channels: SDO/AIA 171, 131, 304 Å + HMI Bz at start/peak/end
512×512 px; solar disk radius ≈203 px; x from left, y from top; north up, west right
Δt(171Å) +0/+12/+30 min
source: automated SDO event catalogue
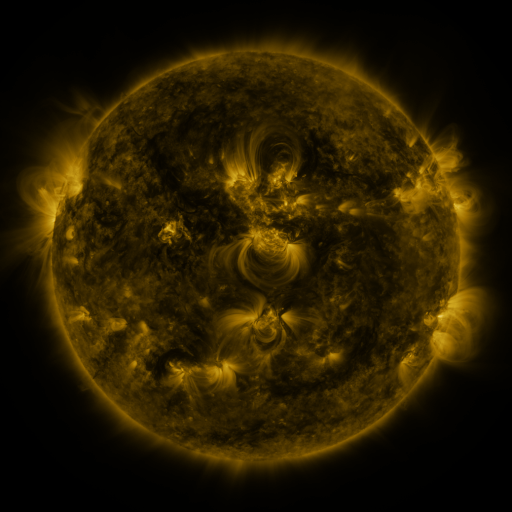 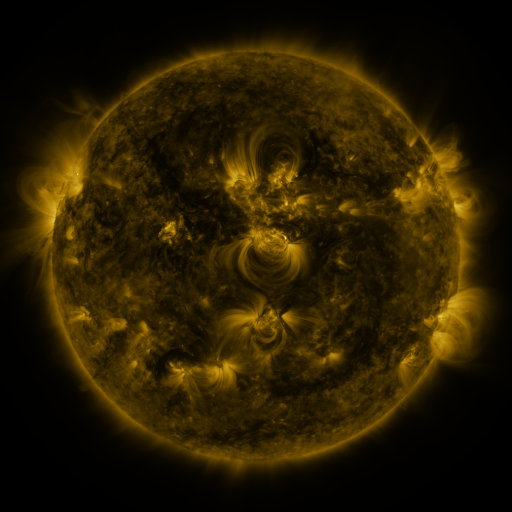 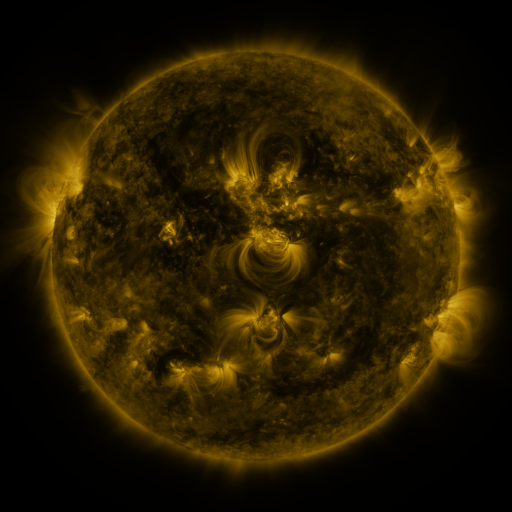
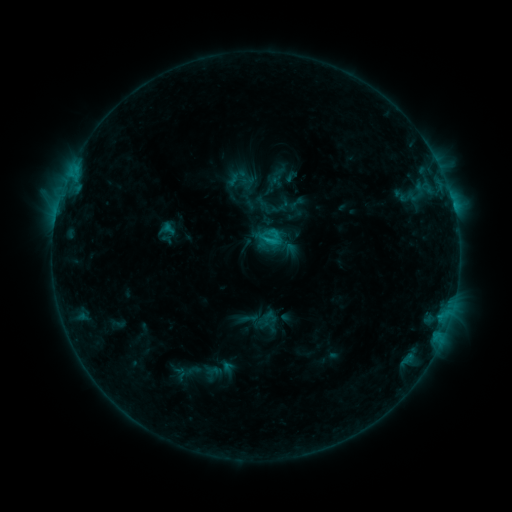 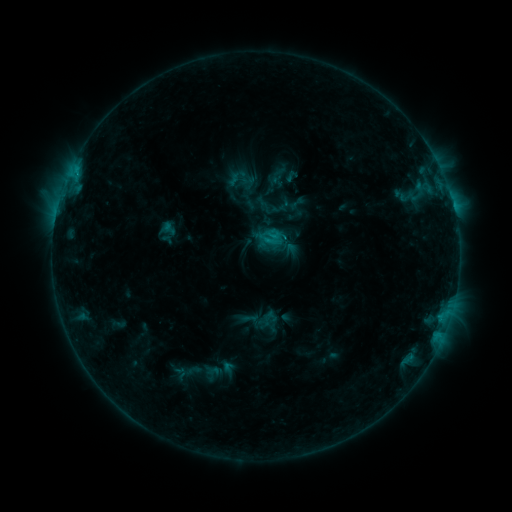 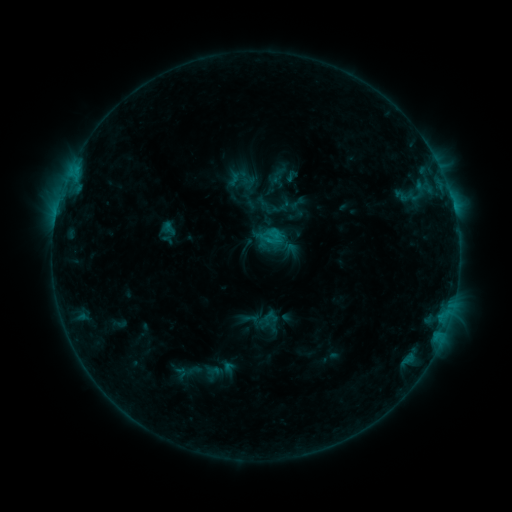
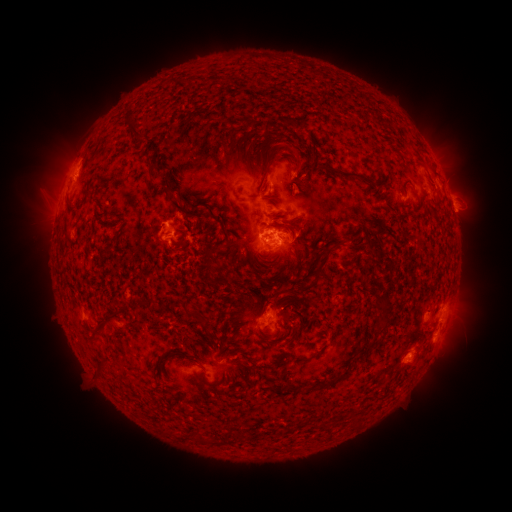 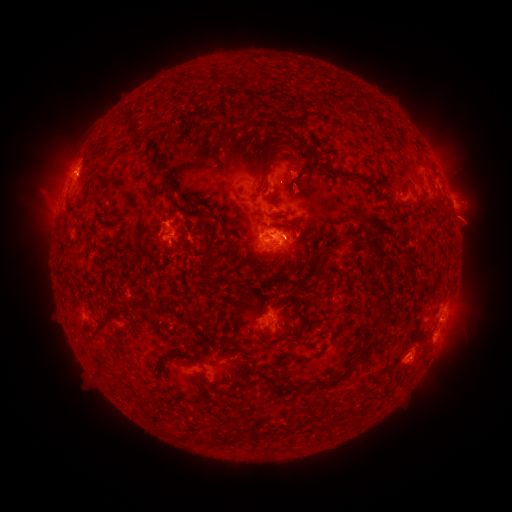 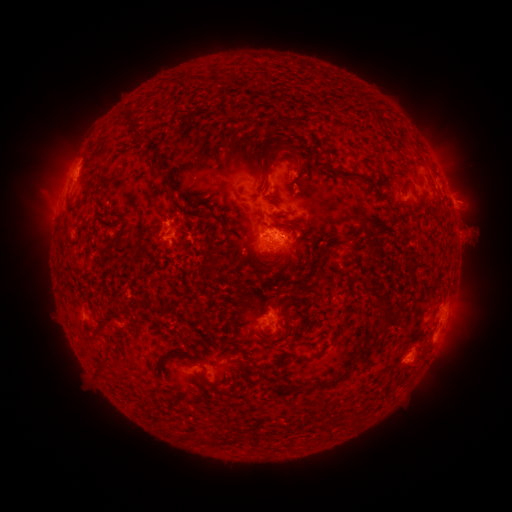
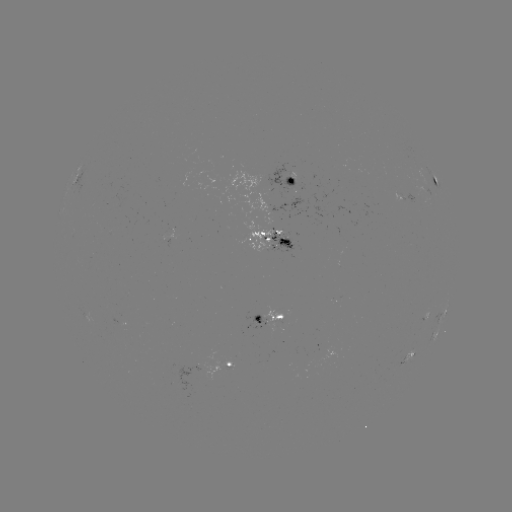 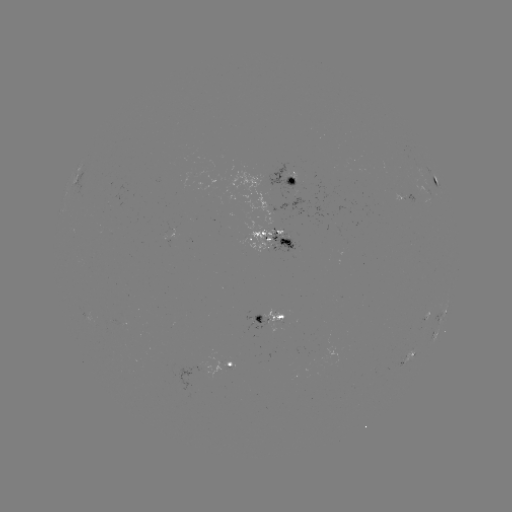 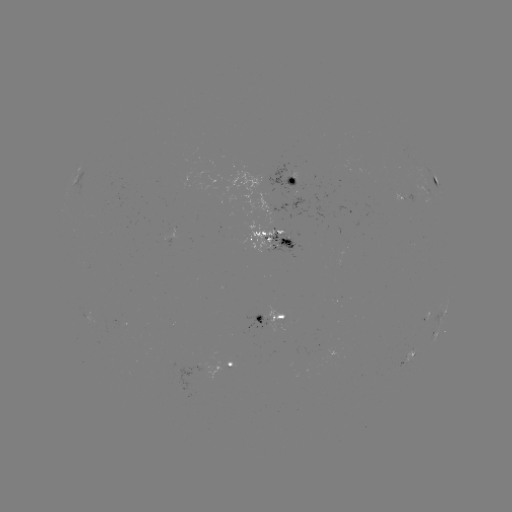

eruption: <bbox>436, 193, 500, 257</bbox>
